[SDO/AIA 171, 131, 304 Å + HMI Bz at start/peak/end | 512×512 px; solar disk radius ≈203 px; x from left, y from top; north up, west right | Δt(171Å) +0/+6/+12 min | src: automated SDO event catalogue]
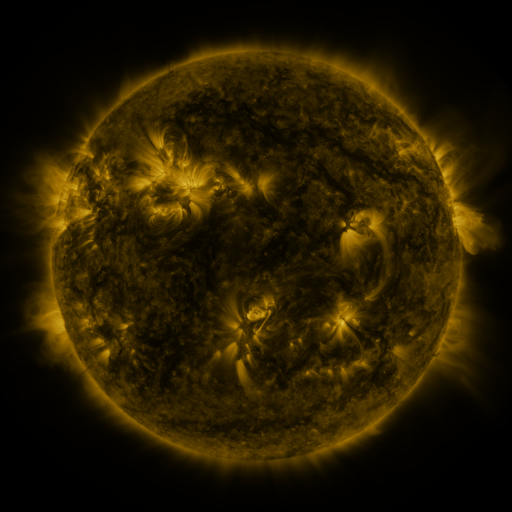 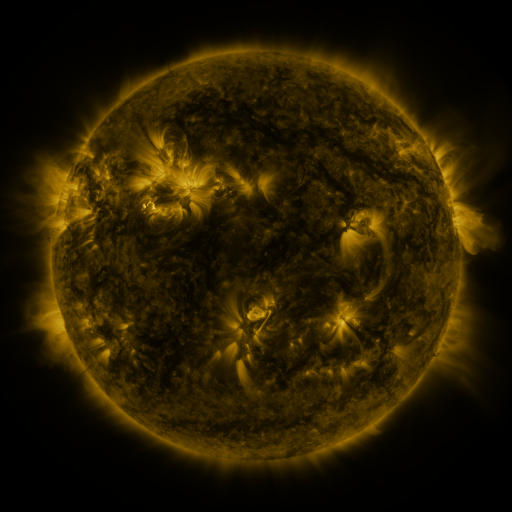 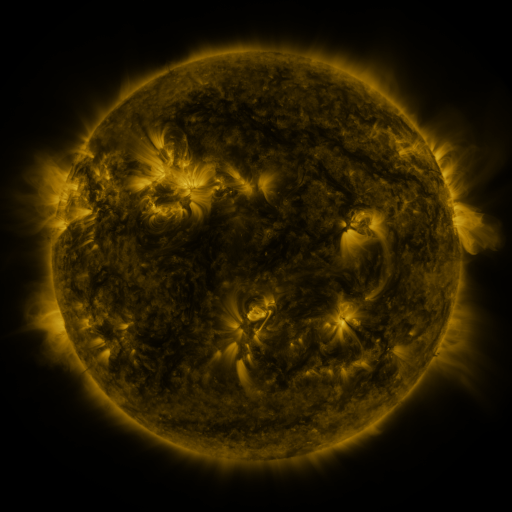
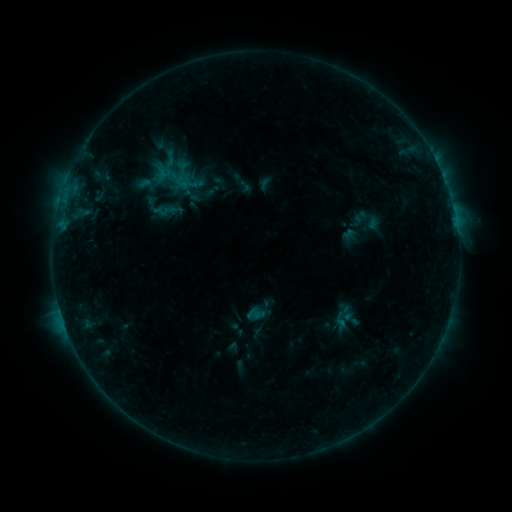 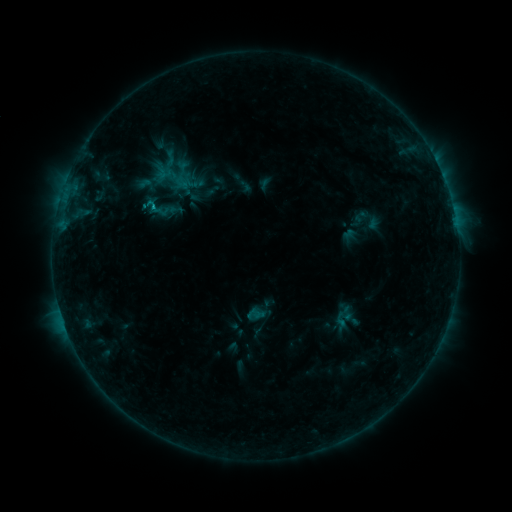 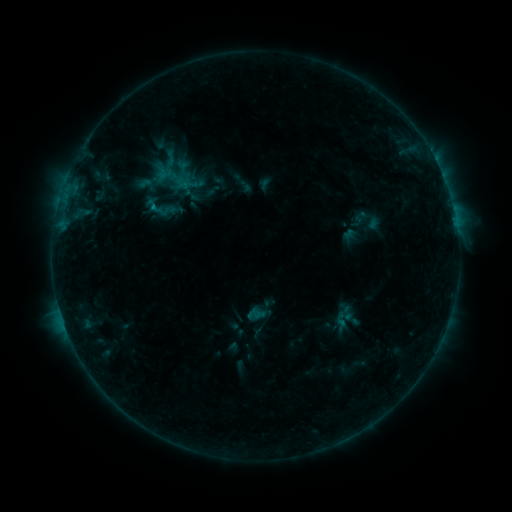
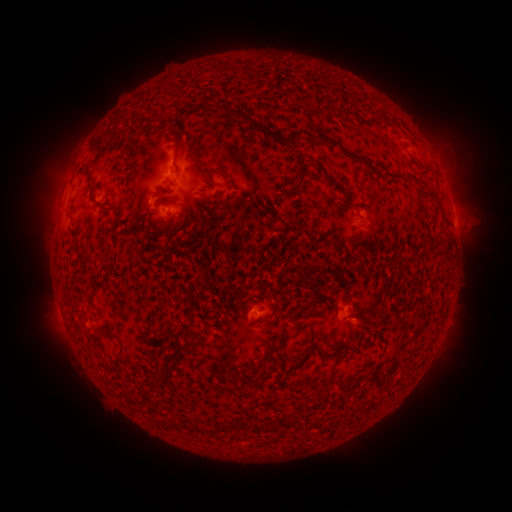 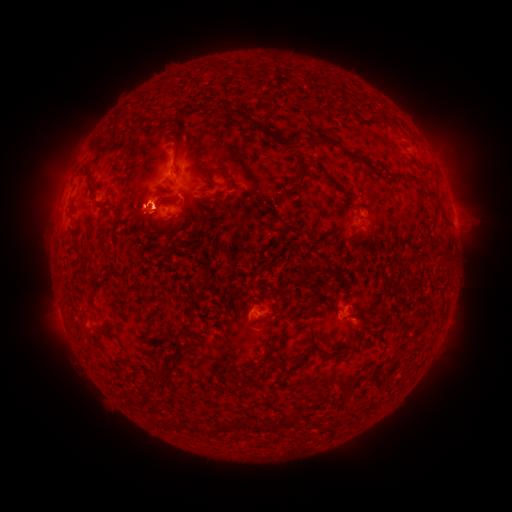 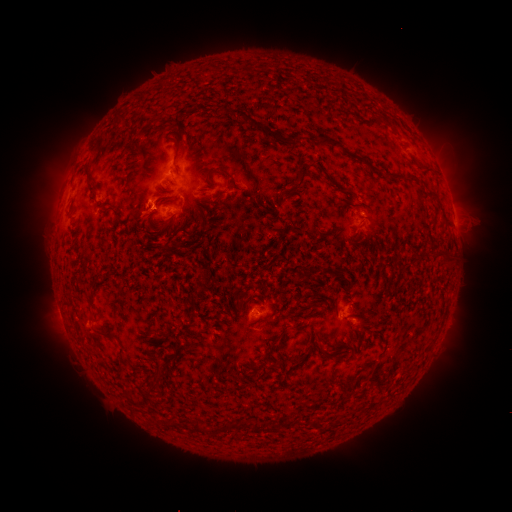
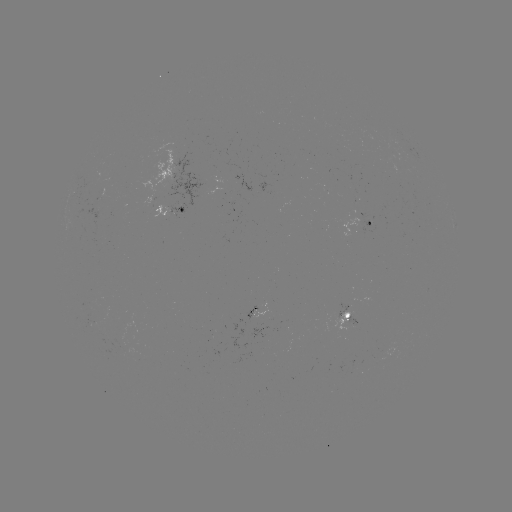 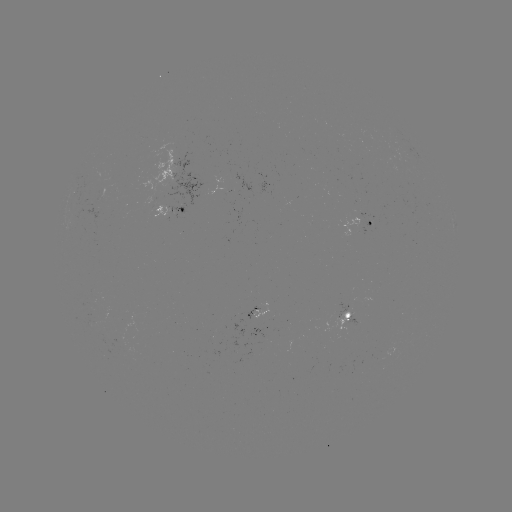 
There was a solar eruption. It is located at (143, 212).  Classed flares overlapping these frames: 1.